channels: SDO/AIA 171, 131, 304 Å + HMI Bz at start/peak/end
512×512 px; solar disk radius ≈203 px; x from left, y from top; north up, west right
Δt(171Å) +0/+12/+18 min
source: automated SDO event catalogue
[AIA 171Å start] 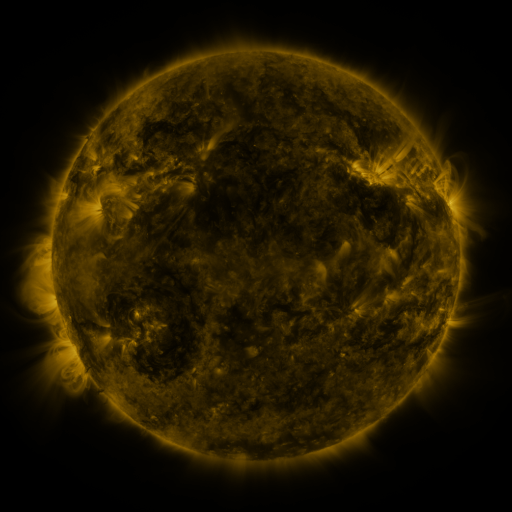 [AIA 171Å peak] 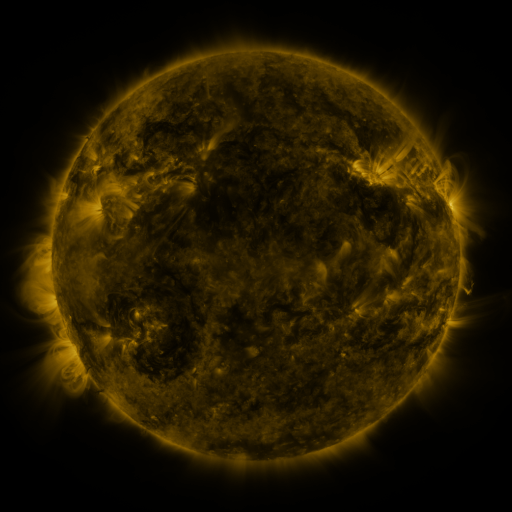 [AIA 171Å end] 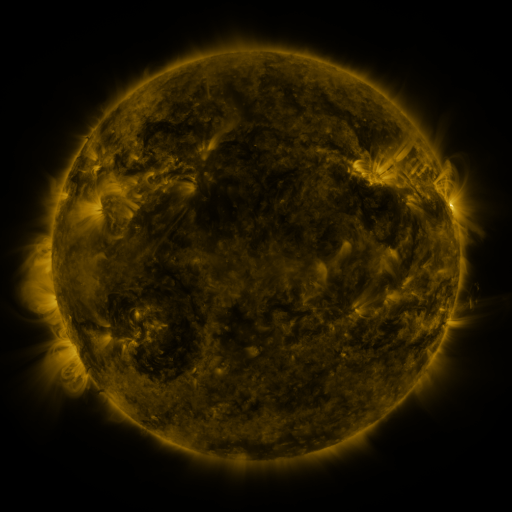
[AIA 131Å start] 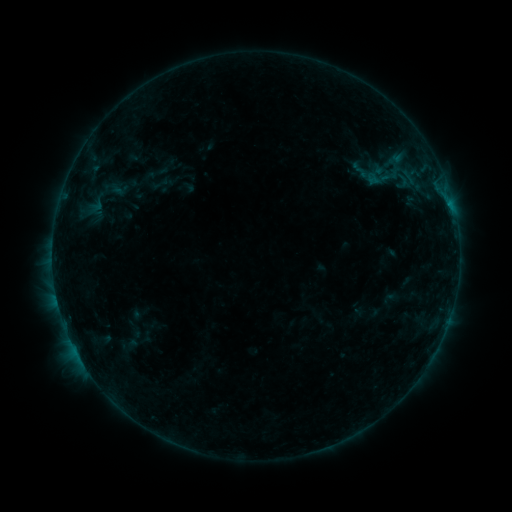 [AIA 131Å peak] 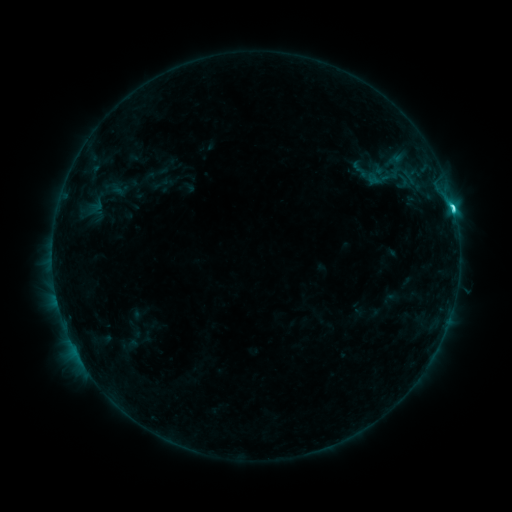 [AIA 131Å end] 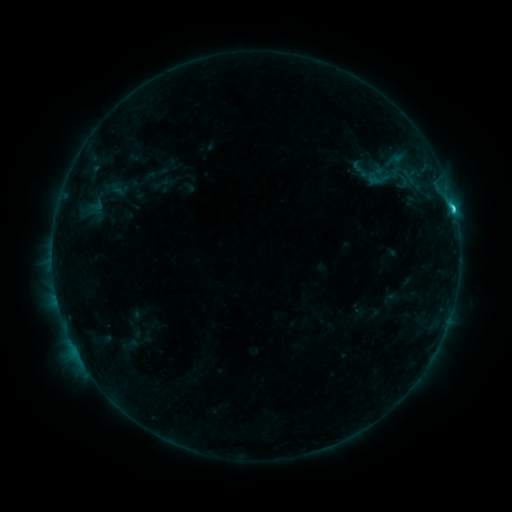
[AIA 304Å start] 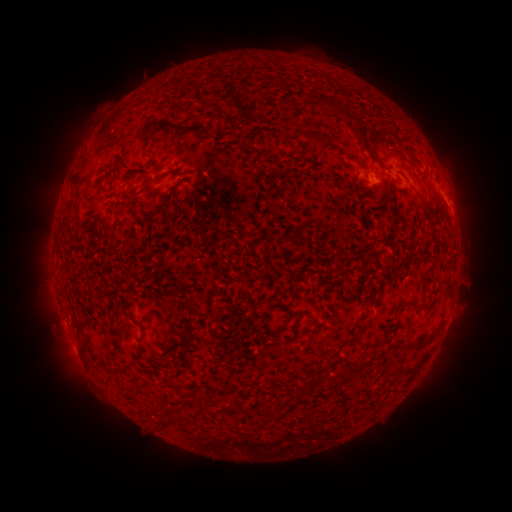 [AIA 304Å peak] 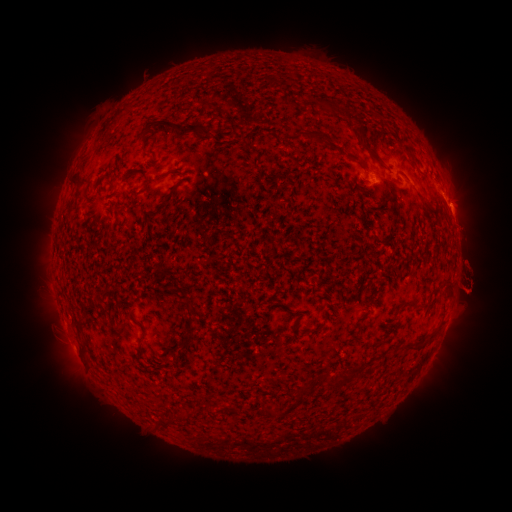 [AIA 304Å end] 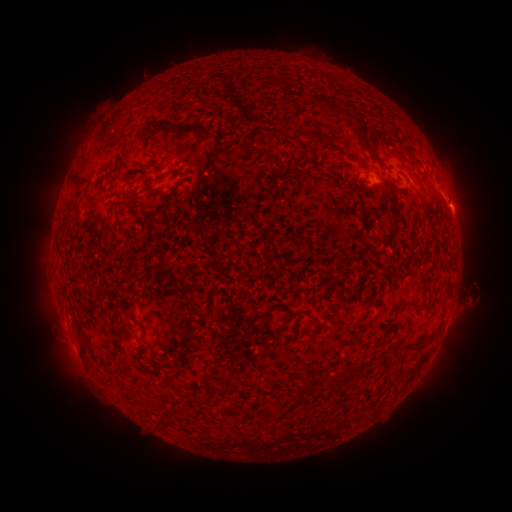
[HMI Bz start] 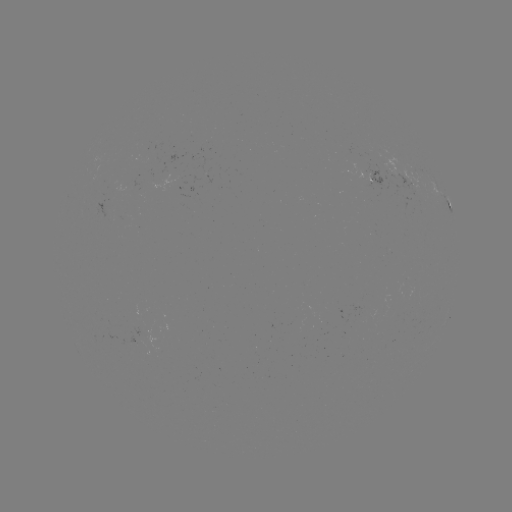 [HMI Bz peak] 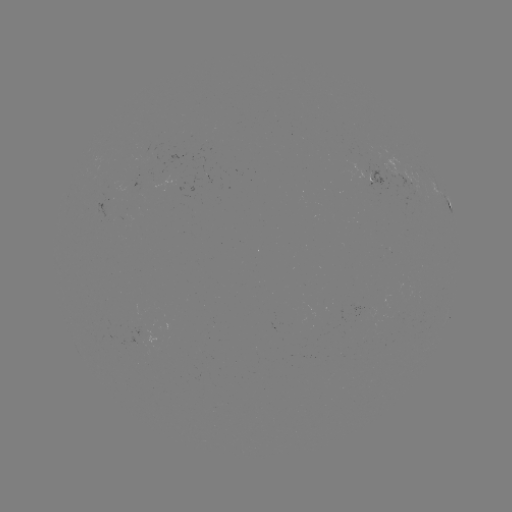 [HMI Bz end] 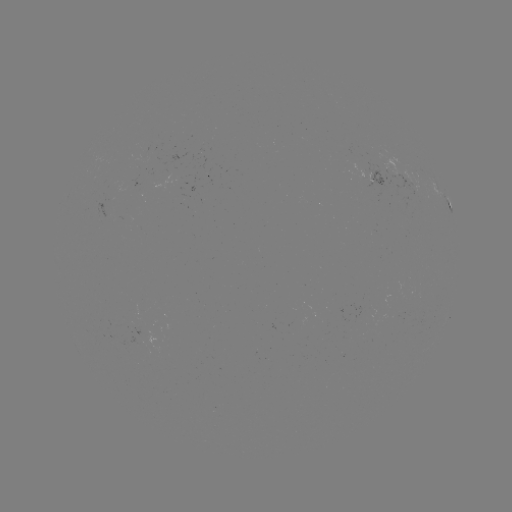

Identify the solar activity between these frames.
C2.6 flare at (452, 208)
